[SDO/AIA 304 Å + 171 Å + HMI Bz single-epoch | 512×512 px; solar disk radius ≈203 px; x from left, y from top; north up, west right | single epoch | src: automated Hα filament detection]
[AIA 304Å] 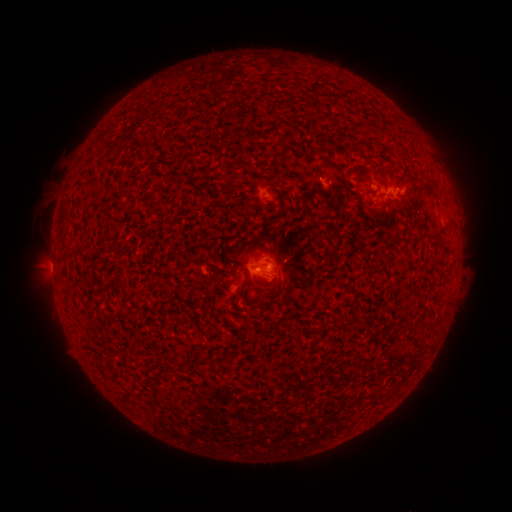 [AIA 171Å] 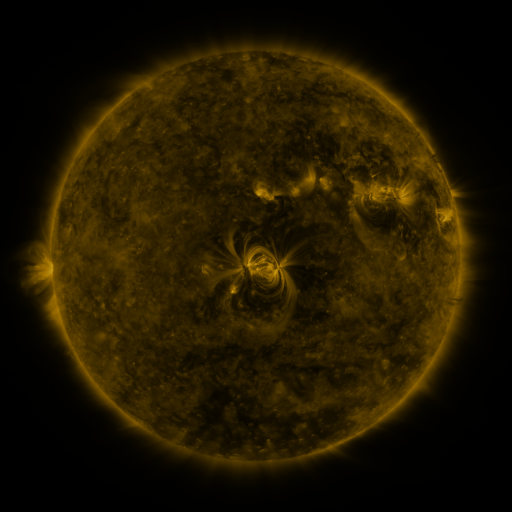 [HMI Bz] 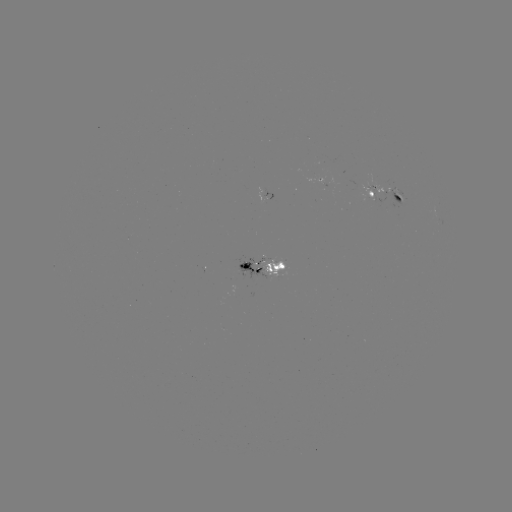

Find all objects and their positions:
filament: [324, 160, 343, 175]
filament: [394, 195, 402, 206]
filament: [238, 259, 250, 271]
